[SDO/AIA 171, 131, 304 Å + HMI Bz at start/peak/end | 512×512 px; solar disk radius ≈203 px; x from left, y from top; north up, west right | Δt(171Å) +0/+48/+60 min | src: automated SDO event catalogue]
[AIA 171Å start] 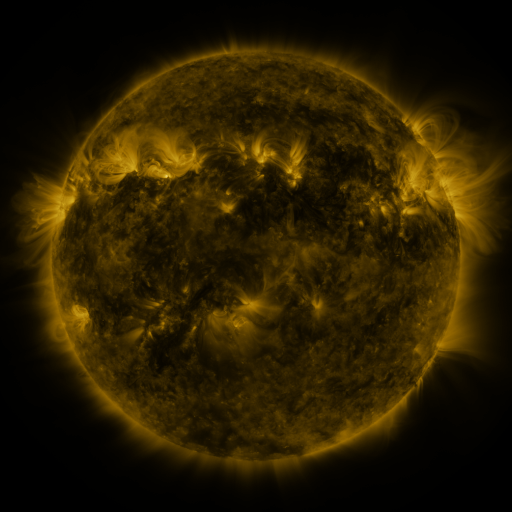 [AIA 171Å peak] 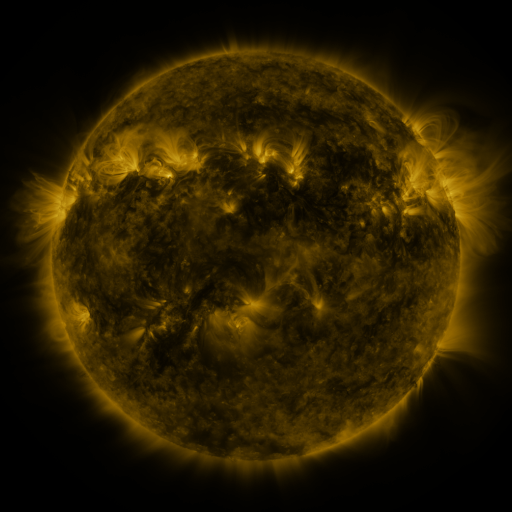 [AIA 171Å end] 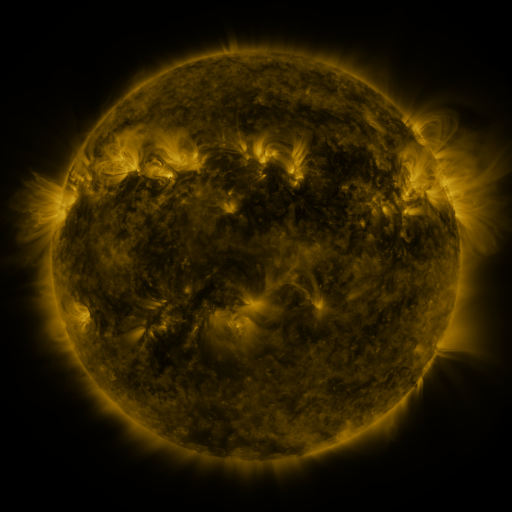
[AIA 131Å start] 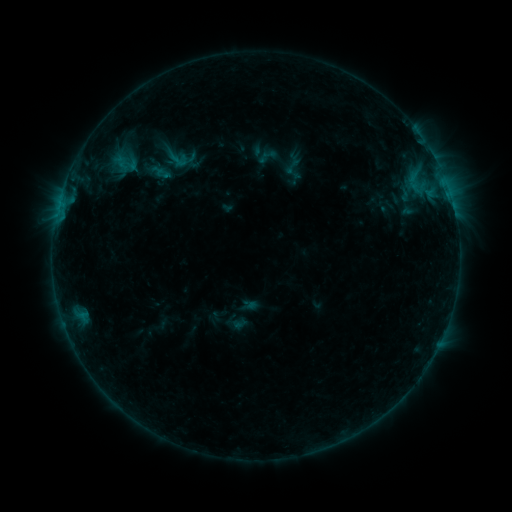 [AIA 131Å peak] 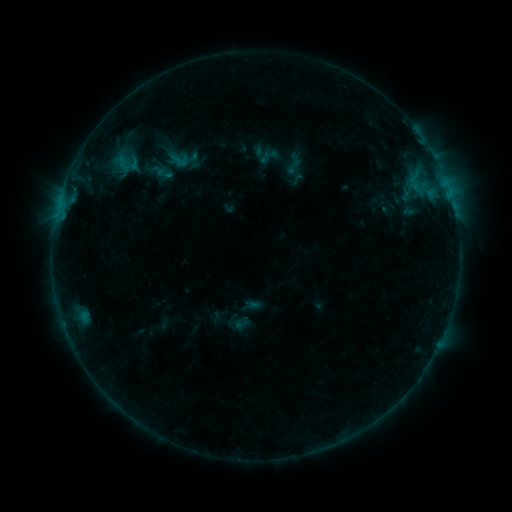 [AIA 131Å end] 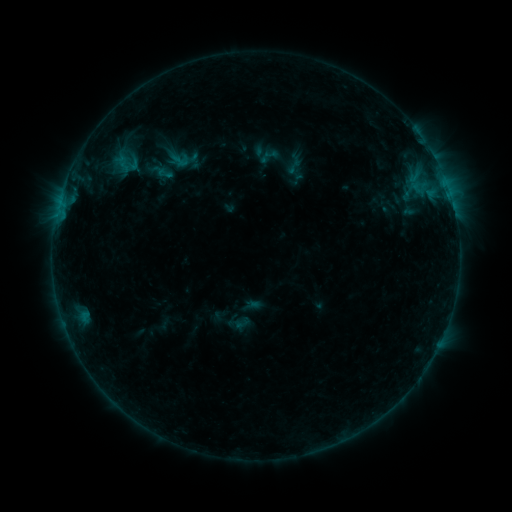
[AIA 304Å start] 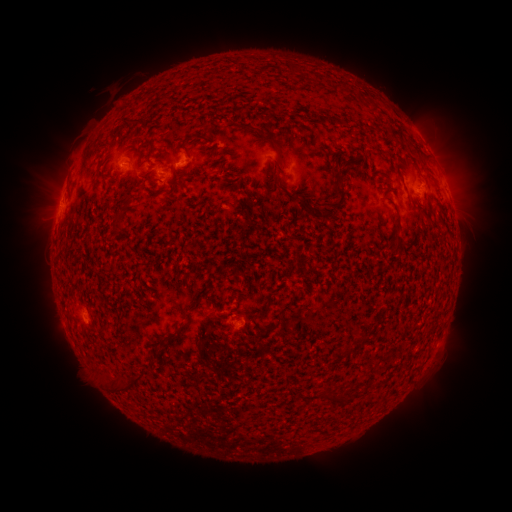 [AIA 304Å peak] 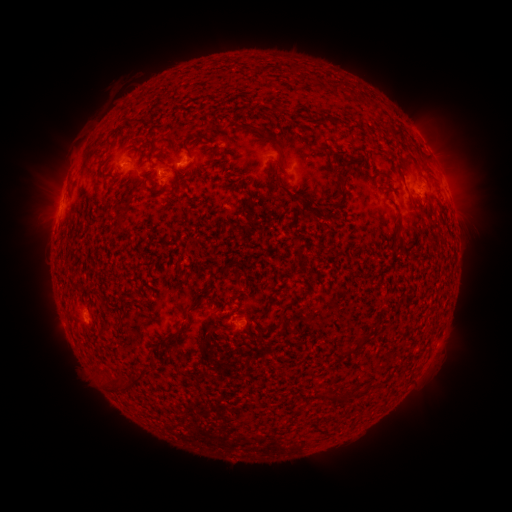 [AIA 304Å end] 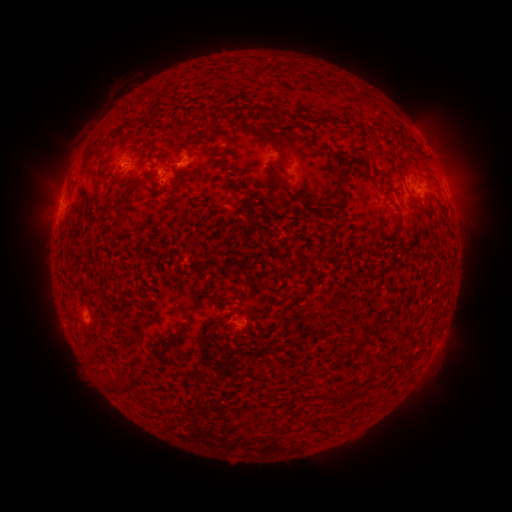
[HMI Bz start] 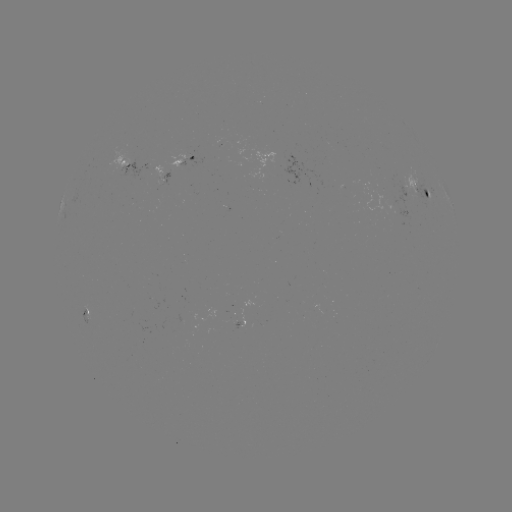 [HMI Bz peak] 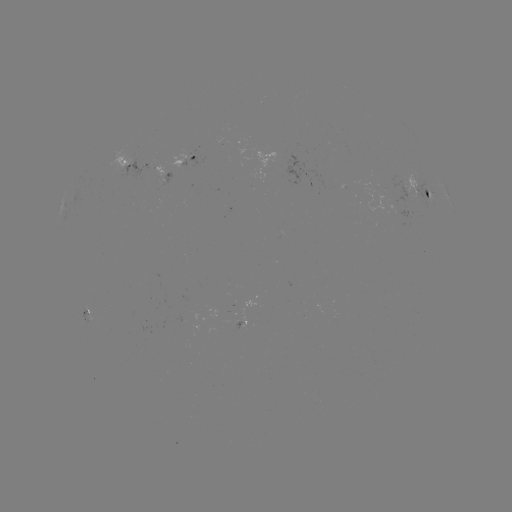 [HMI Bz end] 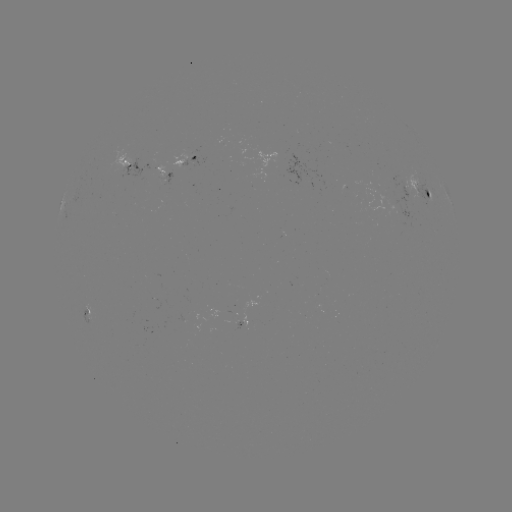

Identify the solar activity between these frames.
emerging-flux region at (161, 173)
